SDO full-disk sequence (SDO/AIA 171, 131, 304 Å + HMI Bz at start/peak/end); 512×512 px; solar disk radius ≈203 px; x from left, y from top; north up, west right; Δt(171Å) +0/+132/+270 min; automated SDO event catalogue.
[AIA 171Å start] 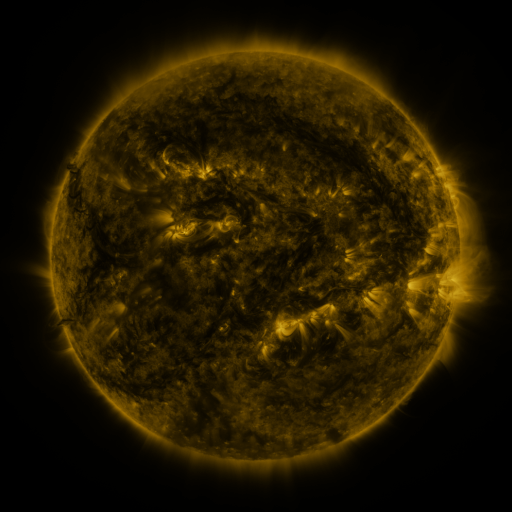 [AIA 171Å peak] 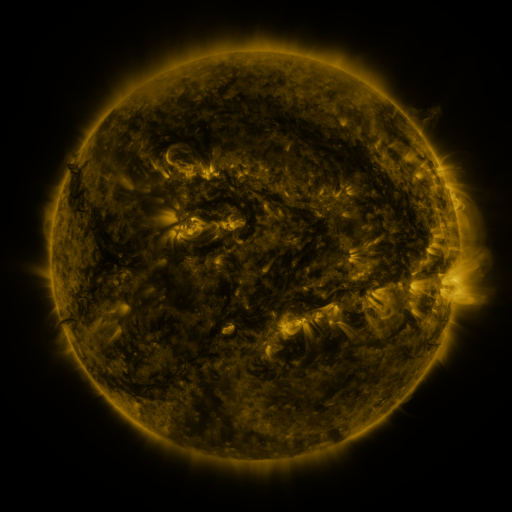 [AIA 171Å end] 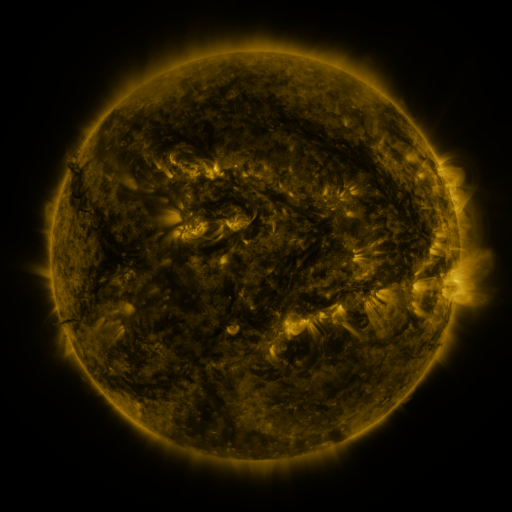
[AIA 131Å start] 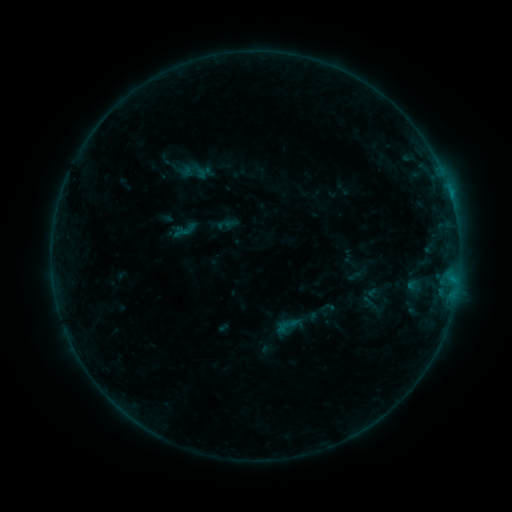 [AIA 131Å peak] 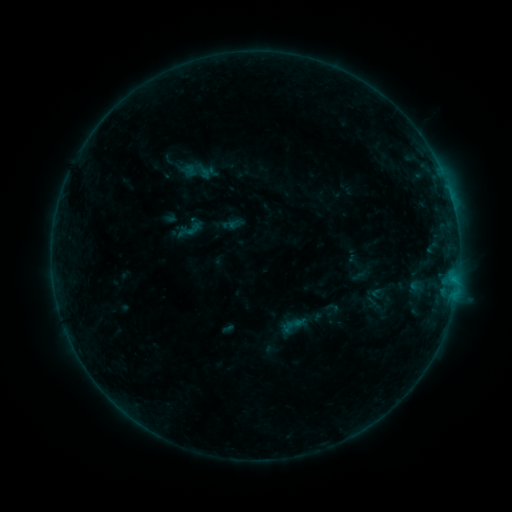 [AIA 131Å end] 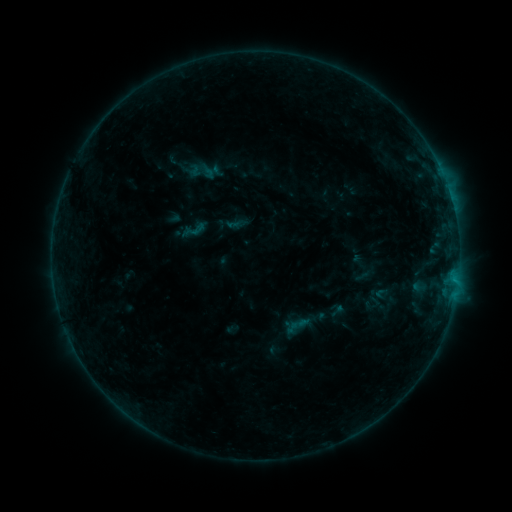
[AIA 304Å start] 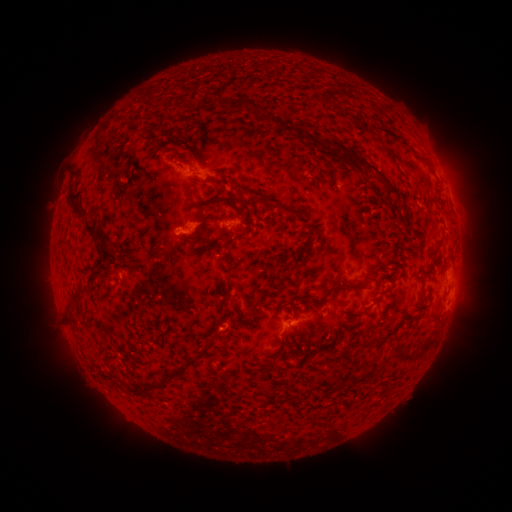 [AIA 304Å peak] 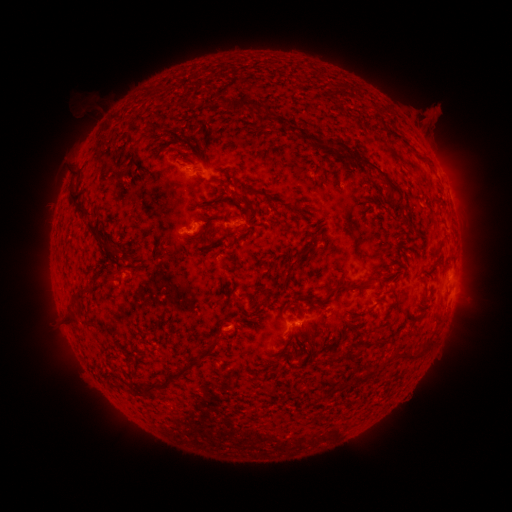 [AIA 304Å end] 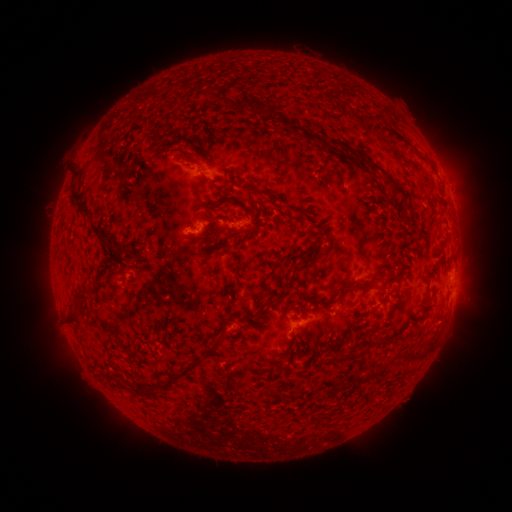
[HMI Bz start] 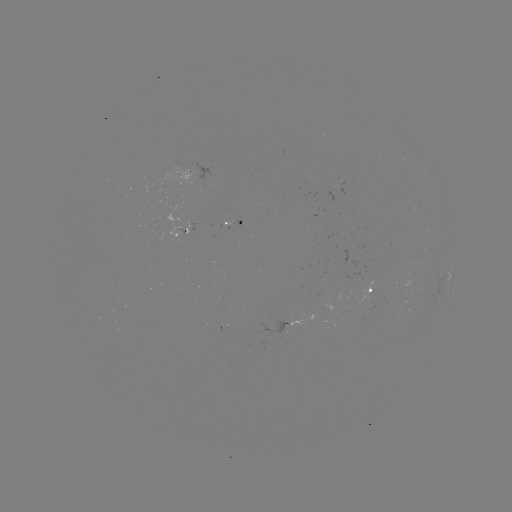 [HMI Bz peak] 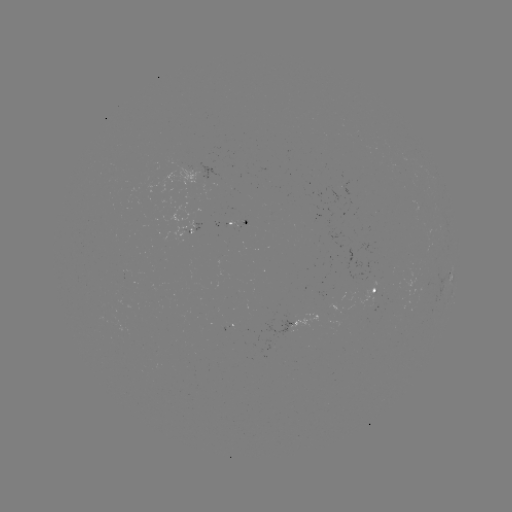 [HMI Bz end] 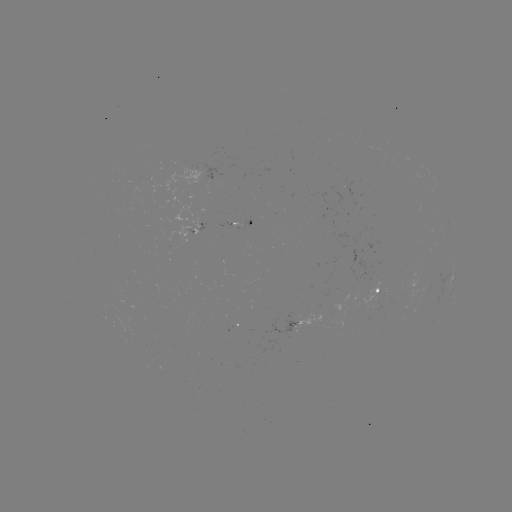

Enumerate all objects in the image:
filament eruption: (450, 108)
